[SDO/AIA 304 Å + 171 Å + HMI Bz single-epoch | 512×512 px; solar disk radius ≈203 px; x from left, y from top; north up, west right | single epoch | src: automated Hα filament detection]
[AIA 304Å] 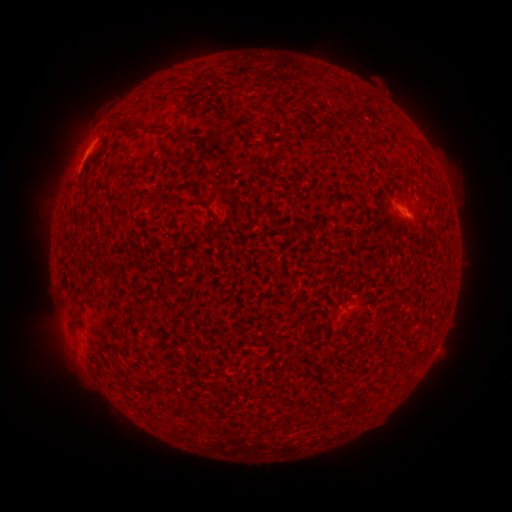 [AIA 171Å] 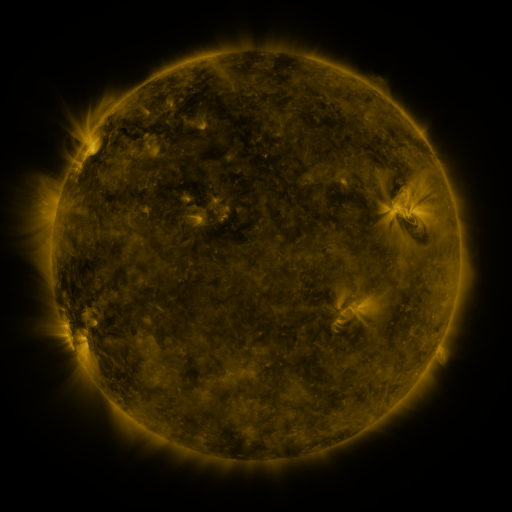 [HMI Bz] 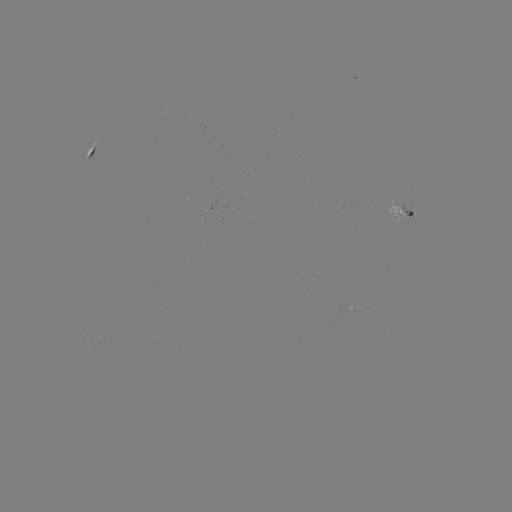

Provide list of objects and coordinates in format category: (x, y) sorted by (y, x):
filament: (190, 95)
filament: (132, 129)
filament: (181, 134)
filament: (198, 201)
filament: (108, 271)
filament: (95, 284)
filament: (74, 324)
filament: (128, 377)
filament: (185, 426)
